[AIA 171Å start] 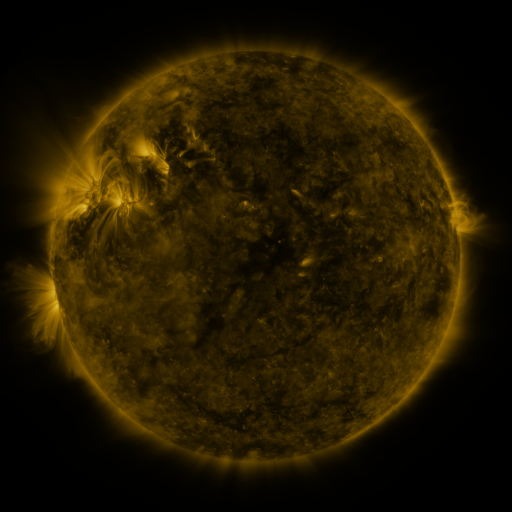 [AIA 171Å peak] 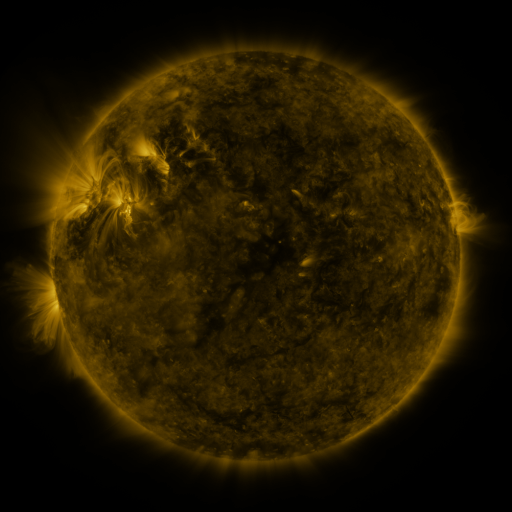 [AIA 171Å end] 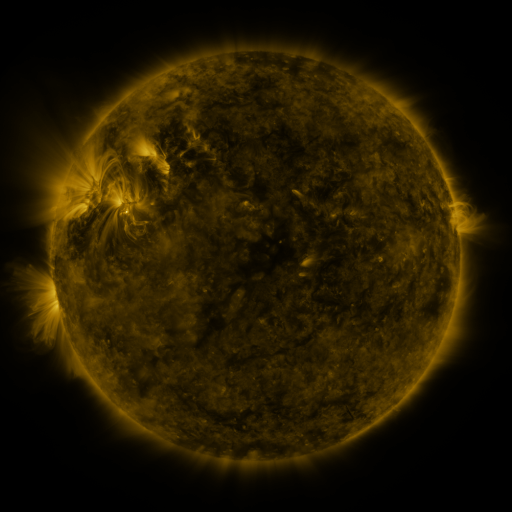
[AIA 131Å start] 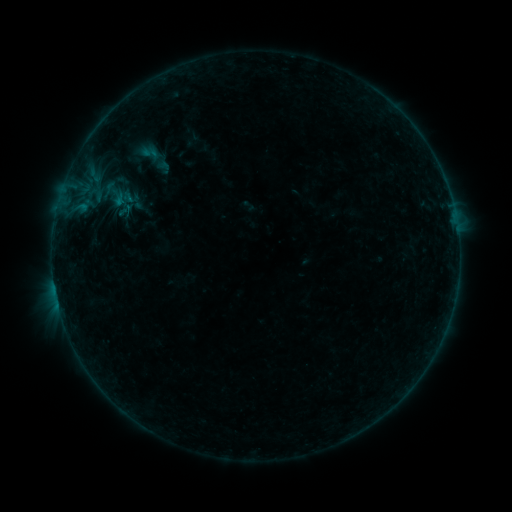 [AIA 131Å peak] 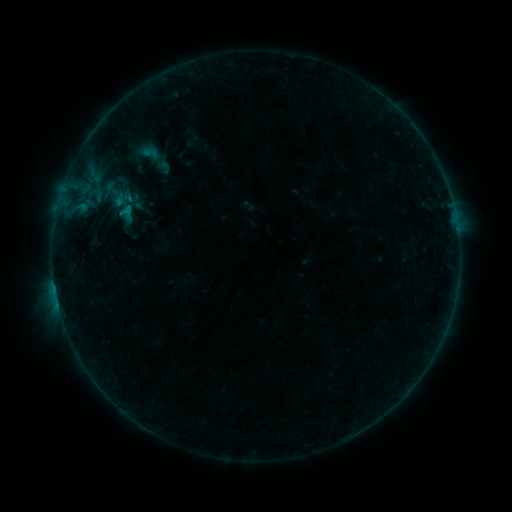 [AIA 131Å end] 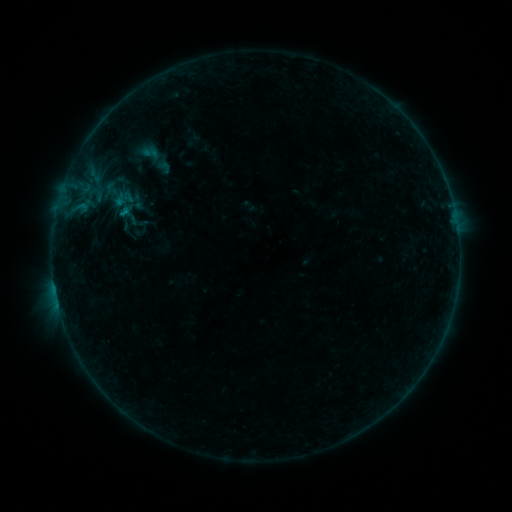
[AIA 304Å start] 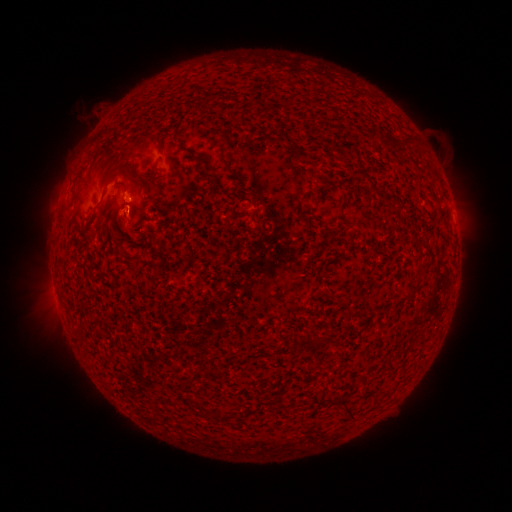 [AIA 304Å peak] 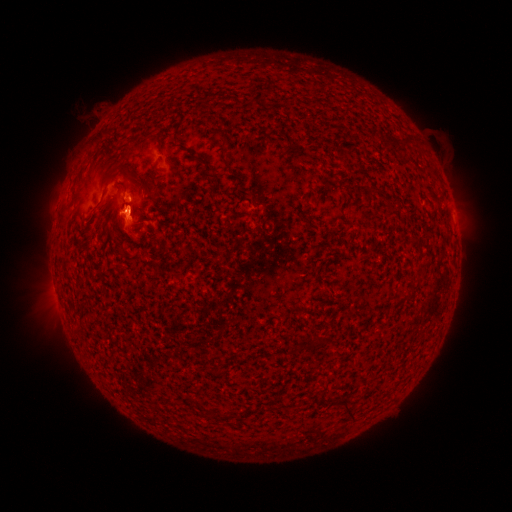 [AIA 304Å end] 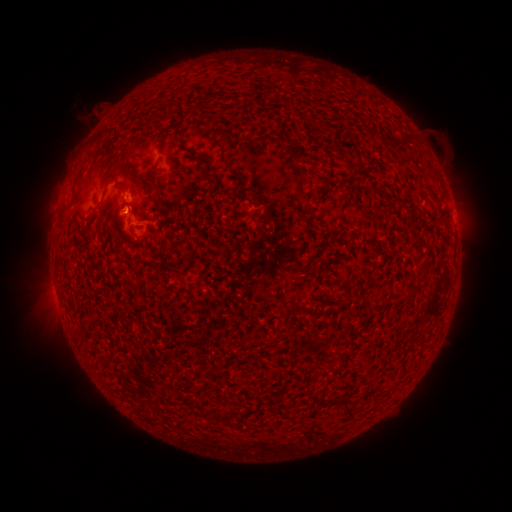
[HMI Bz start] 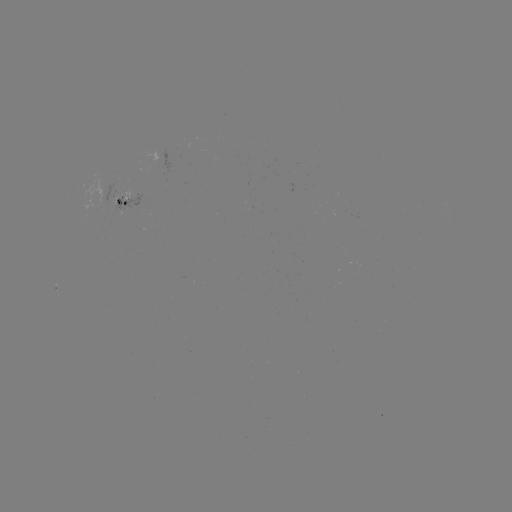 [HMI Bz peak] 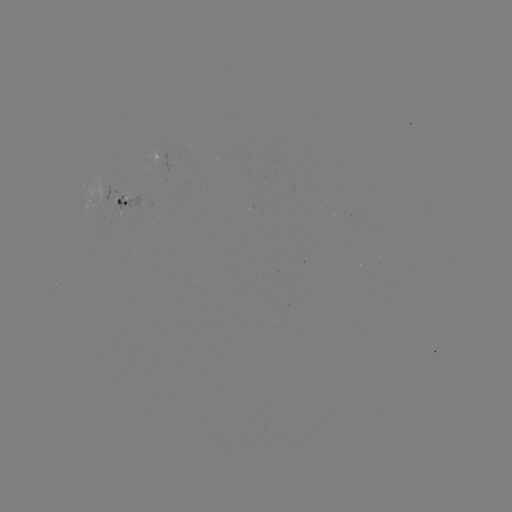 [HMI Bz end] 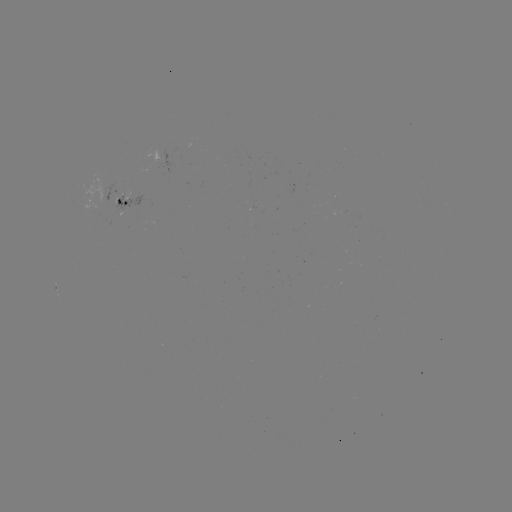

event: eruption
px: (132, 223)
